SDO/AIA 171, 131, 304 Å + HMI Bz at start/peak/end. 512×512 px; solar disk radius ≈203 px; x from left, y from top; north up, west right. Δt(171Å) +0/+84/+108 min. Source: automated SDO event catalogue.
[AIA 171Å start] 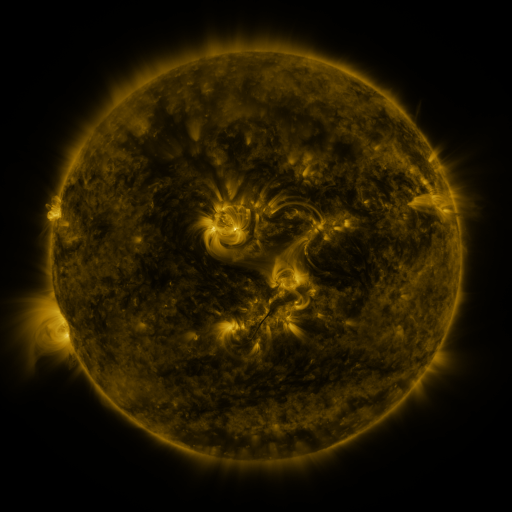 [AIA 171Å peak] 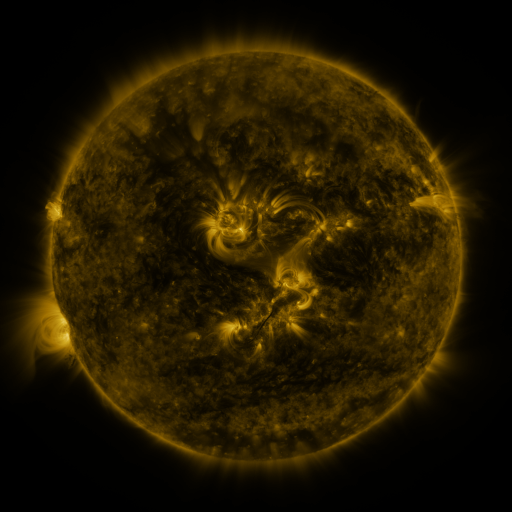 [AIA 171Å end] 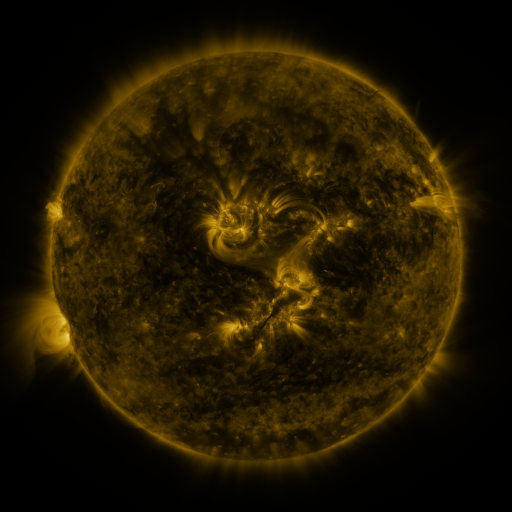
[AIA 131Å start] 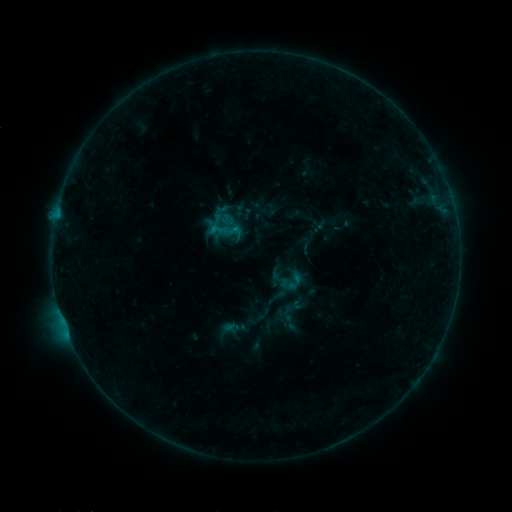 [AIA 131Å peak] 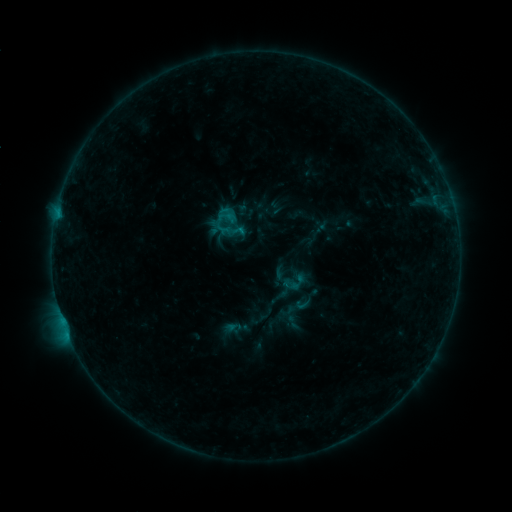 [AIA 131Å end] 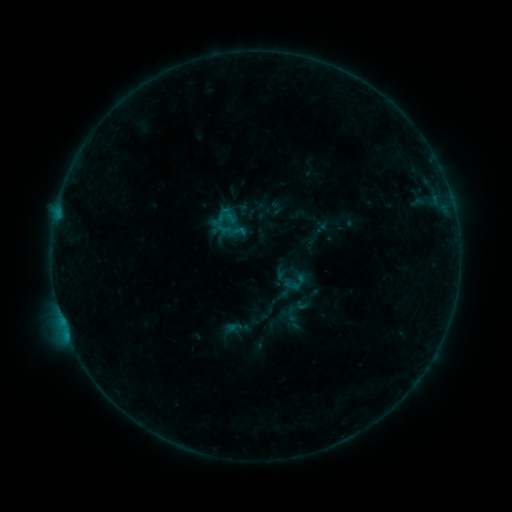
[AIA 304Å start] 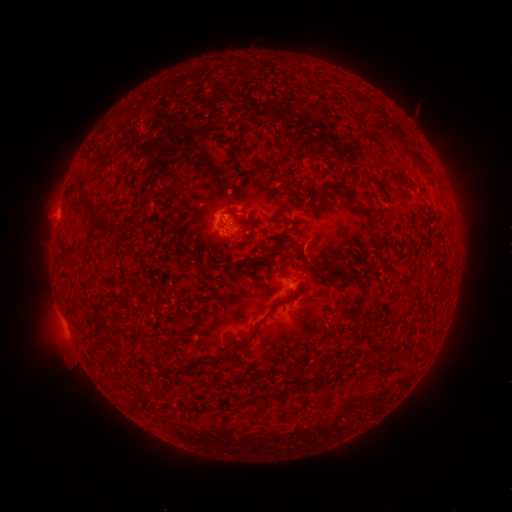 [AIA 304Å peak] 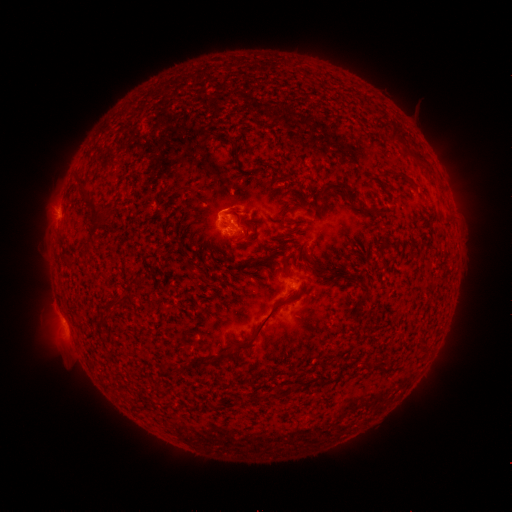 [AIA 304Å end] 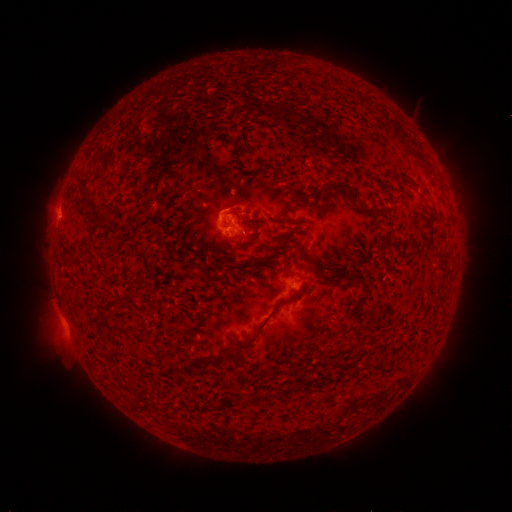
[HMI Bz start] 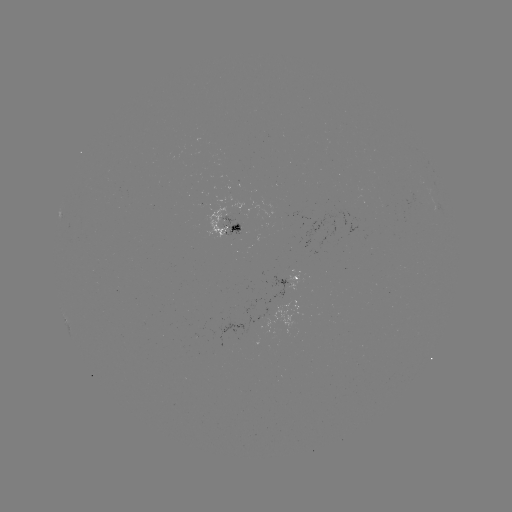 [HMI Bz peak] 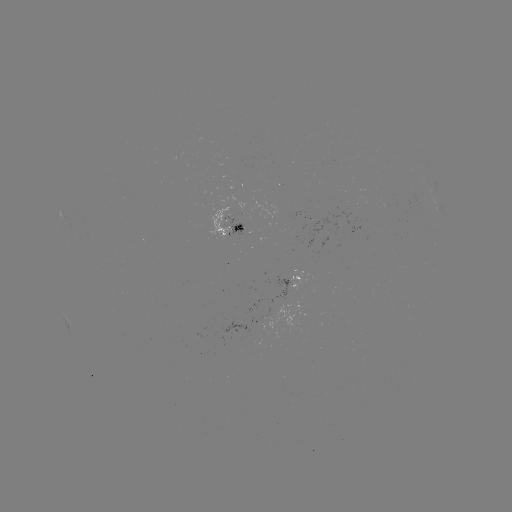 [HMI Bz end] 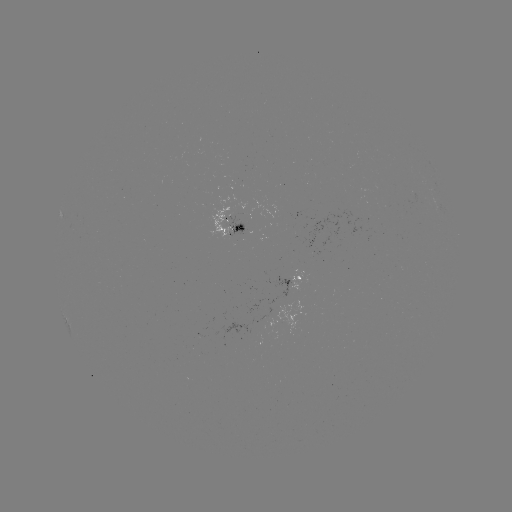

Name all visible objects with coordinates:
emerging-flux region: (238, 226)
